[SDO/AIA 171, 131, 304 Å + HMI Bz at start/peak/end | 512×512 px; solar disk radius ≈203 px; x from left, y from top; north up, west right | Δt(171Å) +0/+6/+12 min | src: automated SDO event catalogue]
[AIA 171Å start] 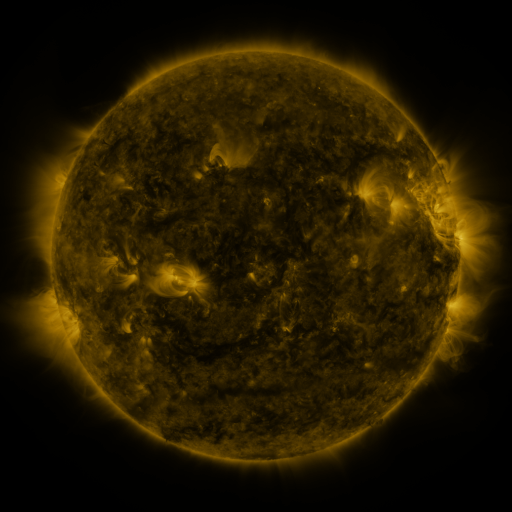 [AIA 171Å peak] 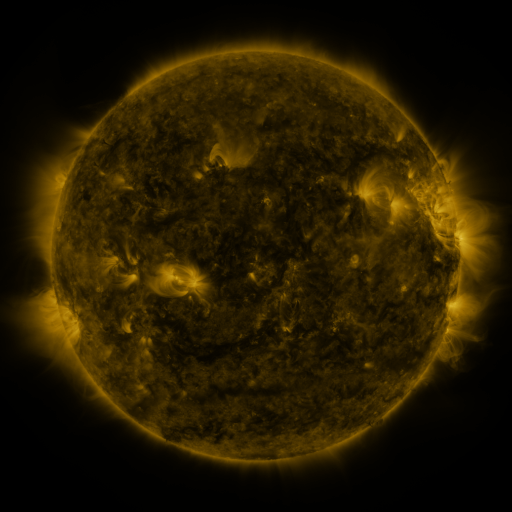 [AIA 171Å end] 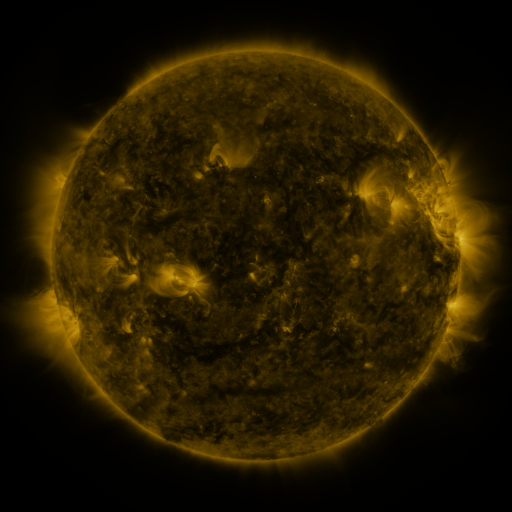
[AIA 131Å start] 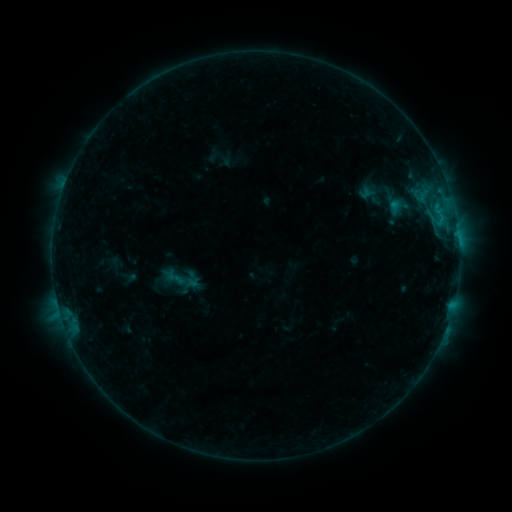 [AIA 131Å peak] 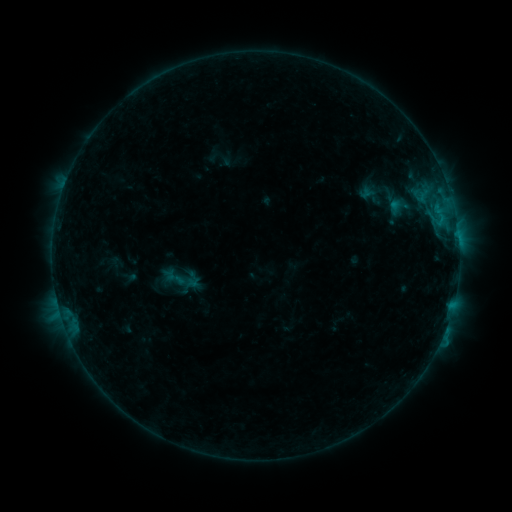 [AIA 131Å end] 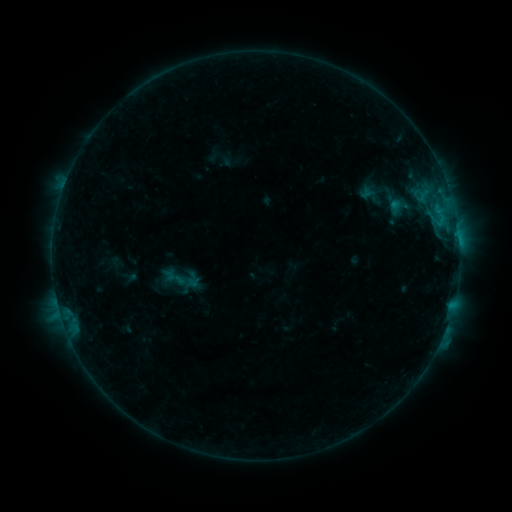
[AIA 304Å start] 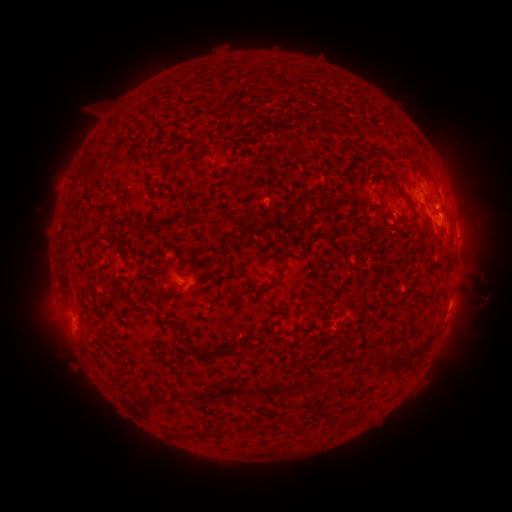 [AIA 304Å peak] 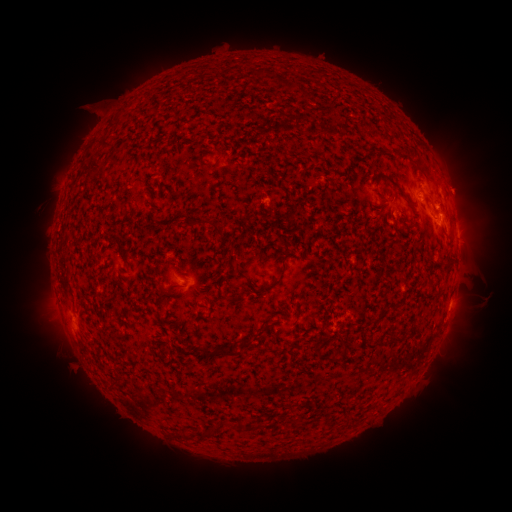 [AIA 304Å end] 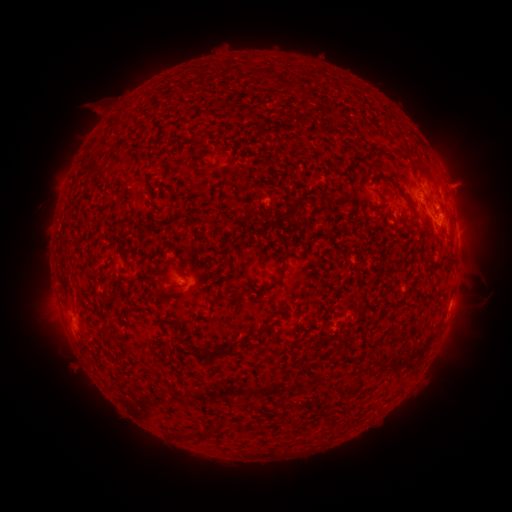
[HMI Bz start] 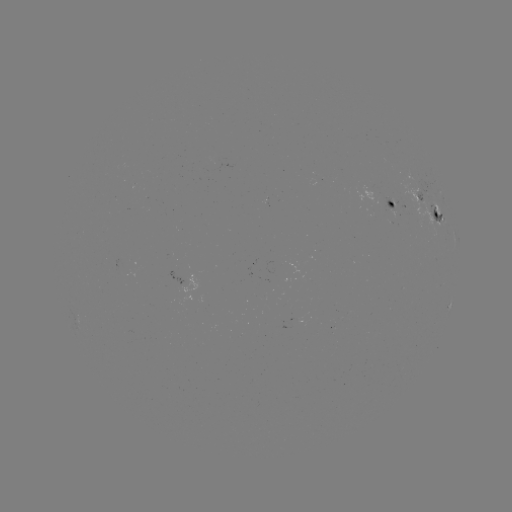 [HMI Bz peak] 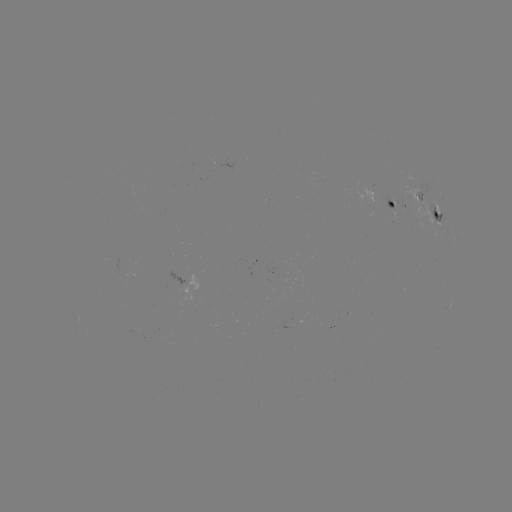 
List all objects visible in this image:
eruption: (464, 188)
